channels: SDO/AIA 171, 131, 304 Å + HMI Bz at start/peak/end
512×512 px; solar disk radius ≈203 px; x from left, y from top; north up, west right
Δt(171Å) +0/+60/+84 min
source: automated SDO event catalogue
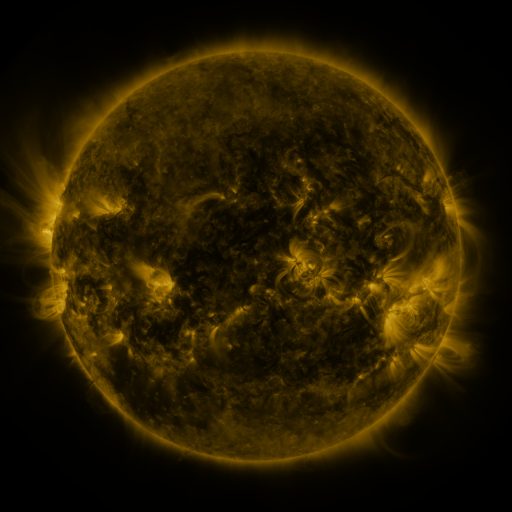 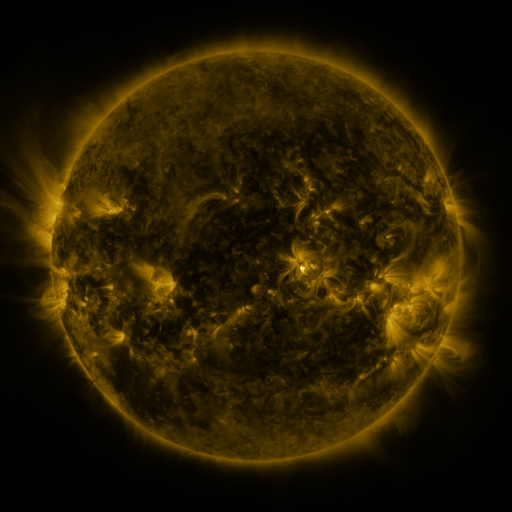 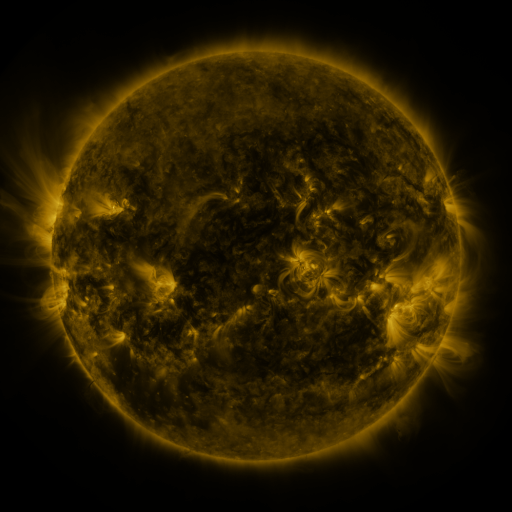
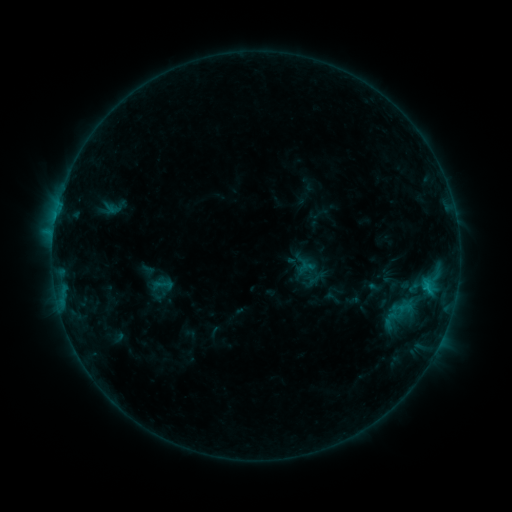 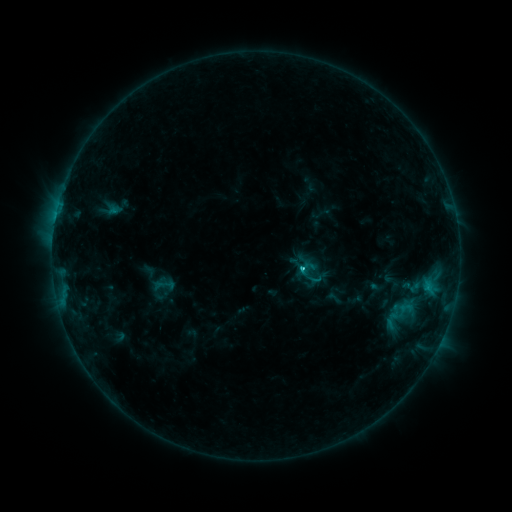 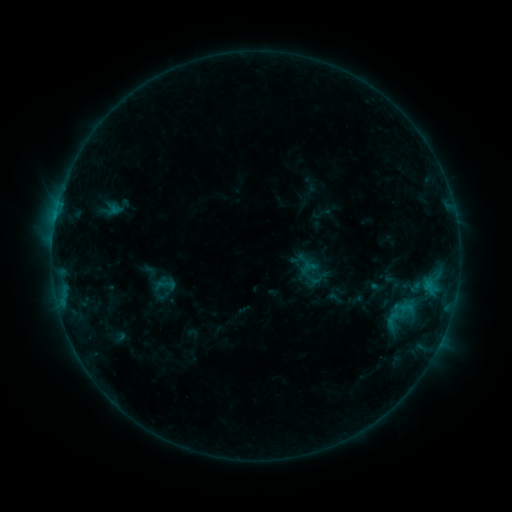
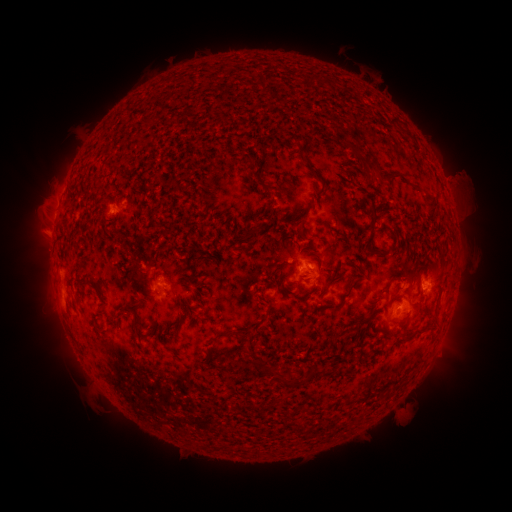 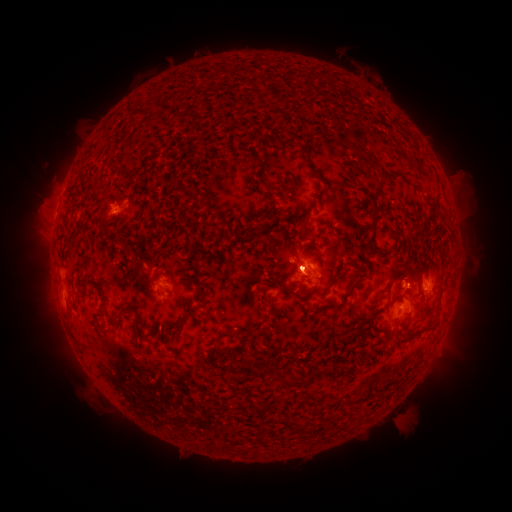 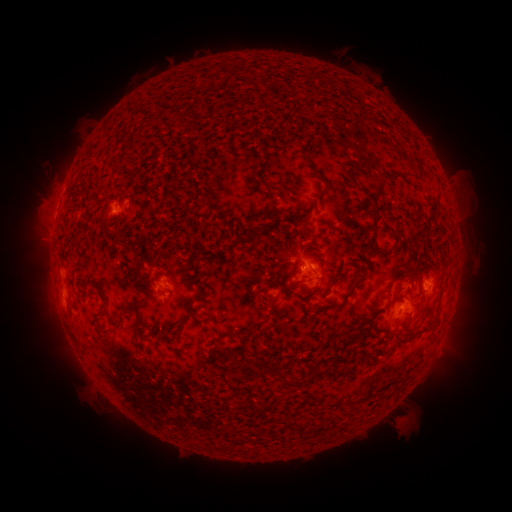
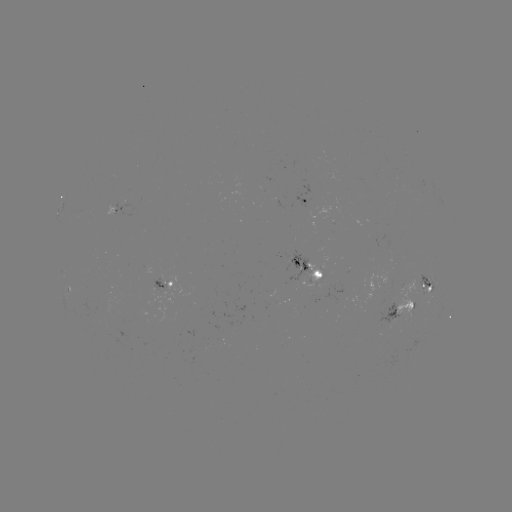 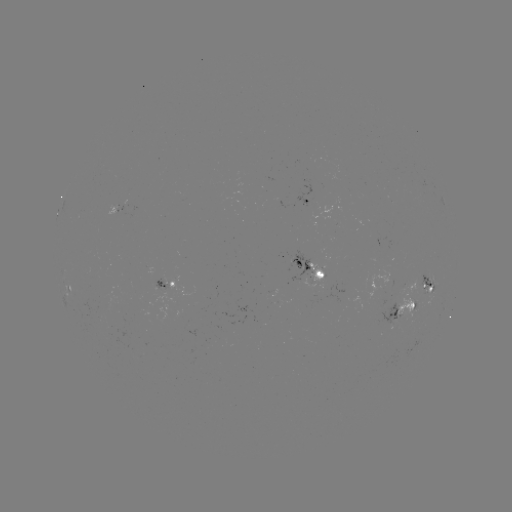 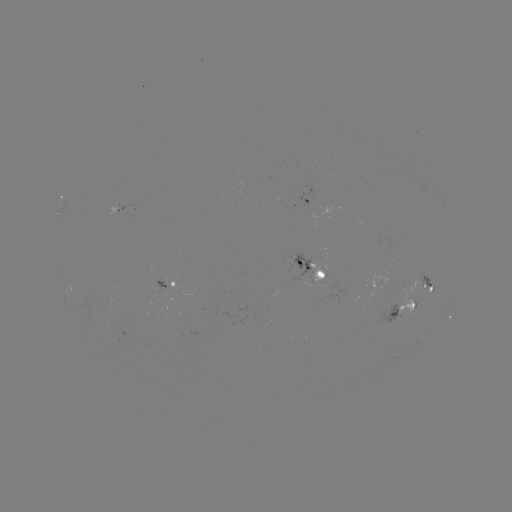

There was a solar emerging-flux region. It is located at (311, 274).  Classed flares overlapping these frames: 1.